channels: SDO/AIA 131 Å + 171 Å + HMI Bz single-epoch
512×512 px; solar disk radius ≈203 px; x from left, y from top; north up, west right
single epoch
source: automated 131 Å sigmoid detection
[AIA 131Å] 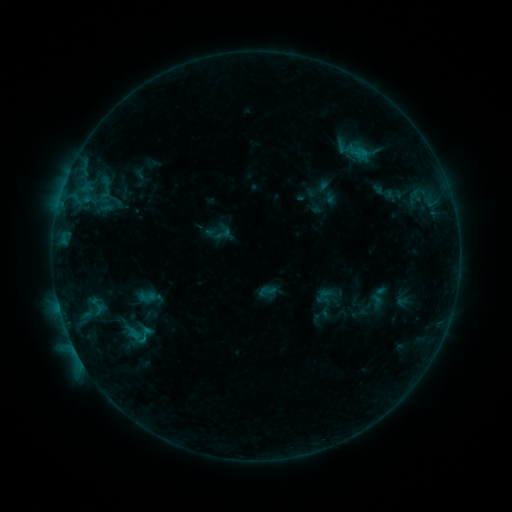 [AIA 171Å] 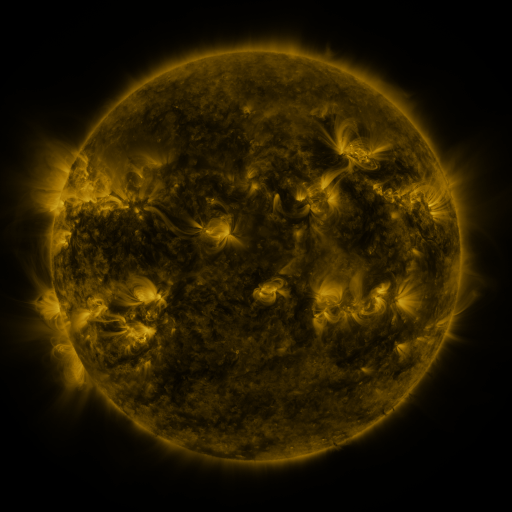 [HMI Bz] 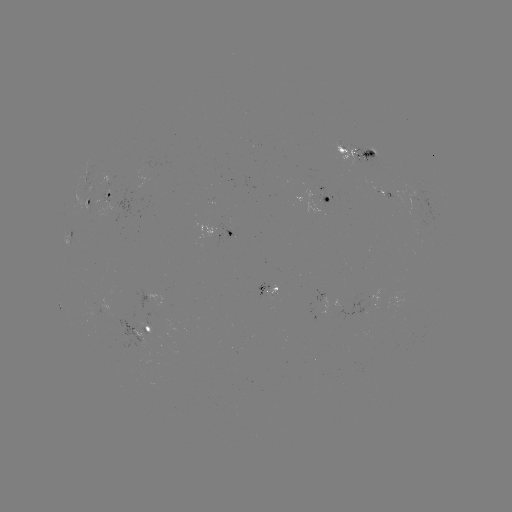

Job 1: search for sigmoid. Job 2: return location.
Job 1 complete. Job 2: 147,296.